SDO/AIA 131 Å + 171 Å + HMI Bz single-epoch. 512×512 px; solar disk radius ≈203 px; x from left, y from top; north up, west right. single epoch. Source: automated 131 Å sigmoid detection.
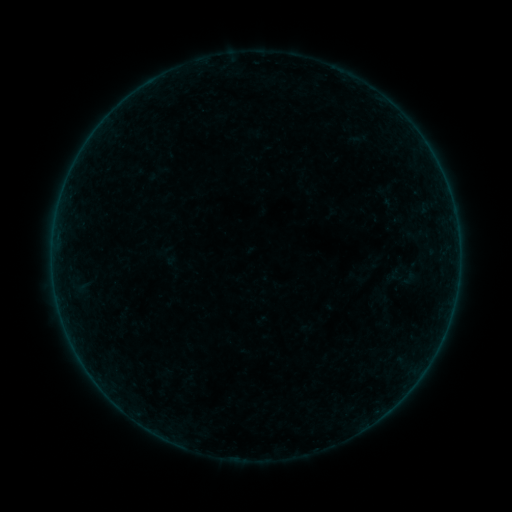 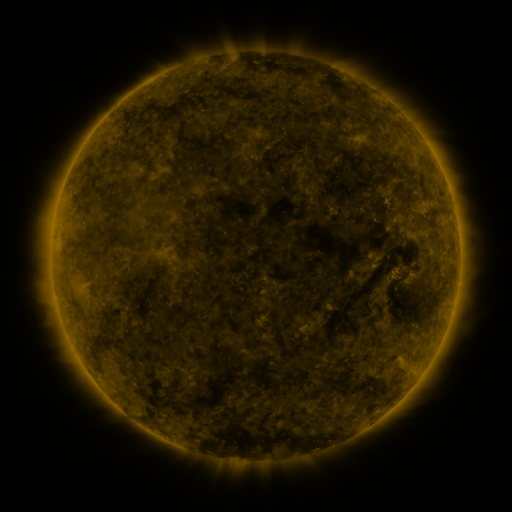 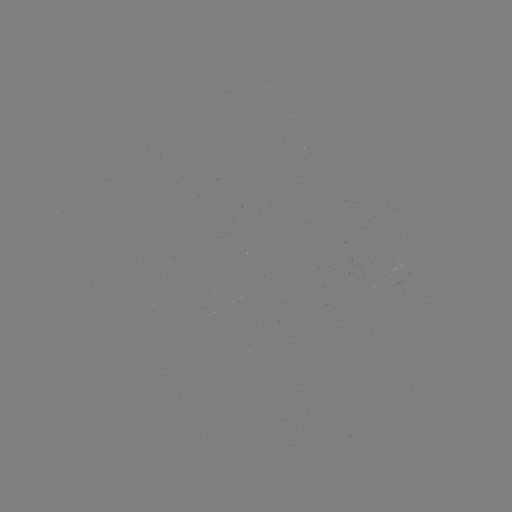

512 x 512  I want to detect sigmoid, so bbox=[401, 267, 418, 289].